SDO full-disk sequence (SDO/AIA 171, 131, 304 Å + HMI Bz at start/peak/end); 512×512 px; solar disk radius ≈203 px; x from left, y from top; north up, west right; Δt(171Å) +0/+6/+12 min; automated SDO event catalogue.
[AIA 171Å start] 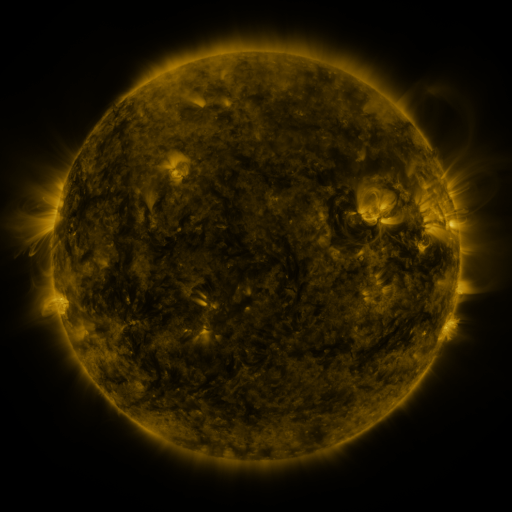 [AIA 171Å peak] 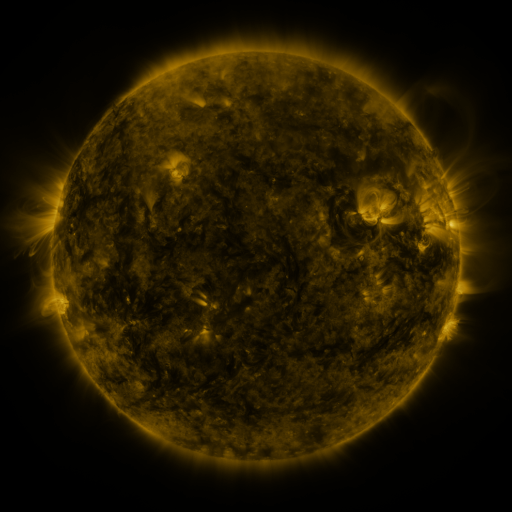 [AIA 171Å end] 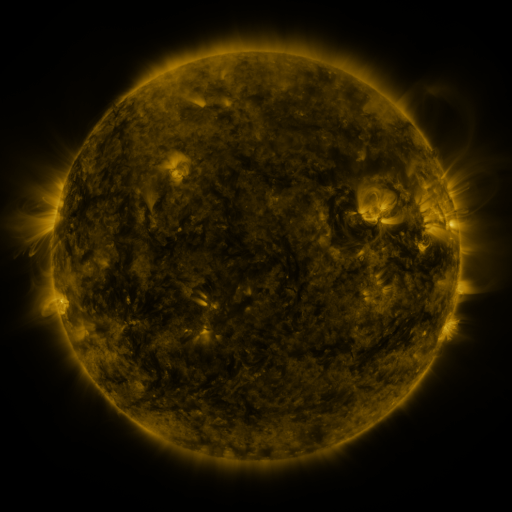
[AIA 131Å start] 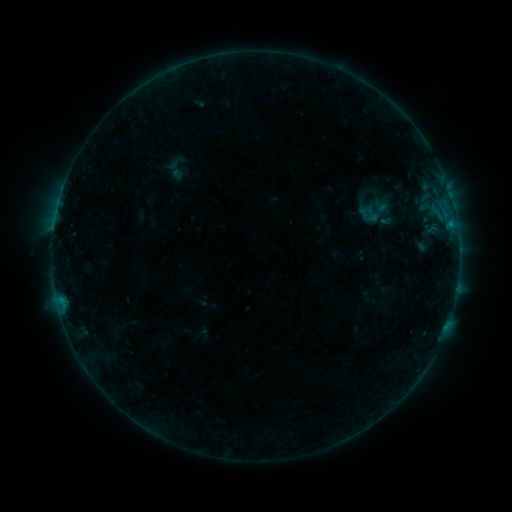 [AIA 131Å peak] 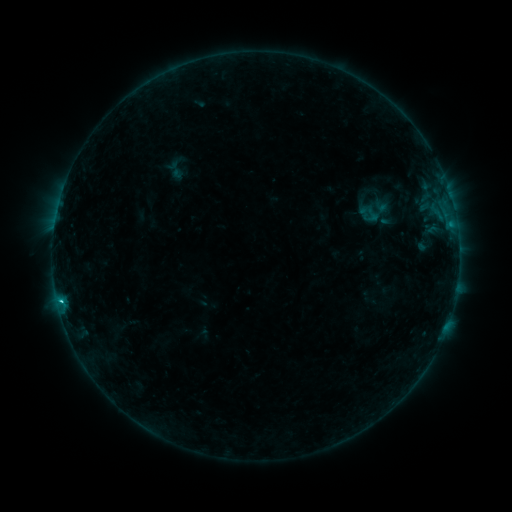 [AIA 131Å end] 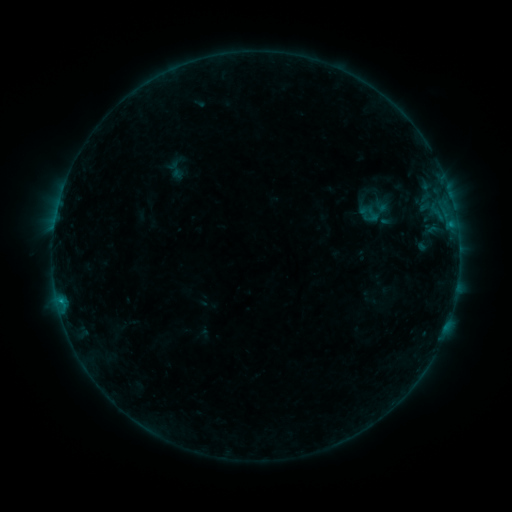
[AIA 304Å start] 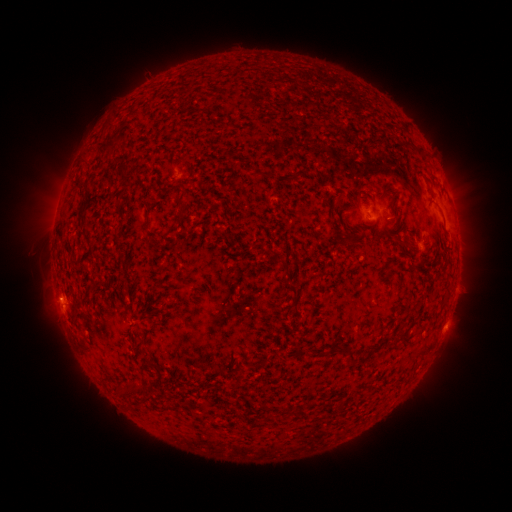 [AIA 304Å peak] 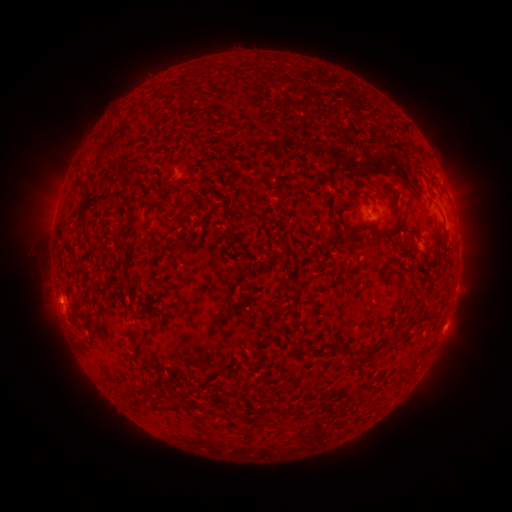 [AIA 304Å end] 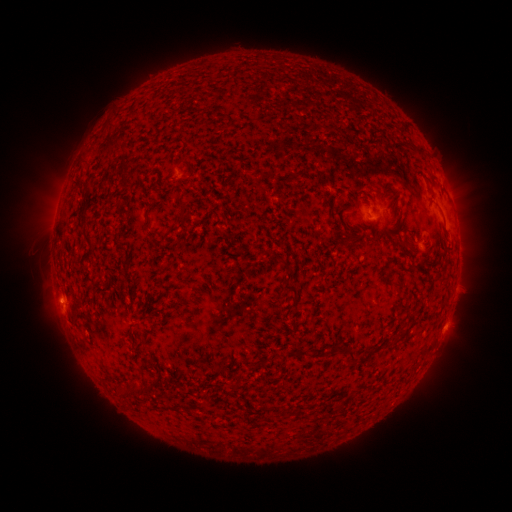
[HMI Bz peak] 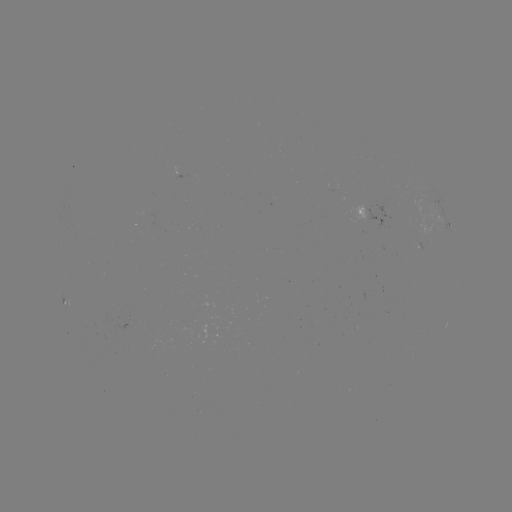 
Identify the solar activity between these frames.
C1.0 flare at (61, 301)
